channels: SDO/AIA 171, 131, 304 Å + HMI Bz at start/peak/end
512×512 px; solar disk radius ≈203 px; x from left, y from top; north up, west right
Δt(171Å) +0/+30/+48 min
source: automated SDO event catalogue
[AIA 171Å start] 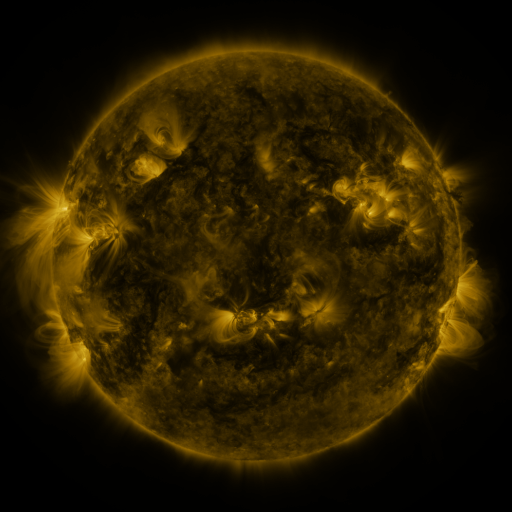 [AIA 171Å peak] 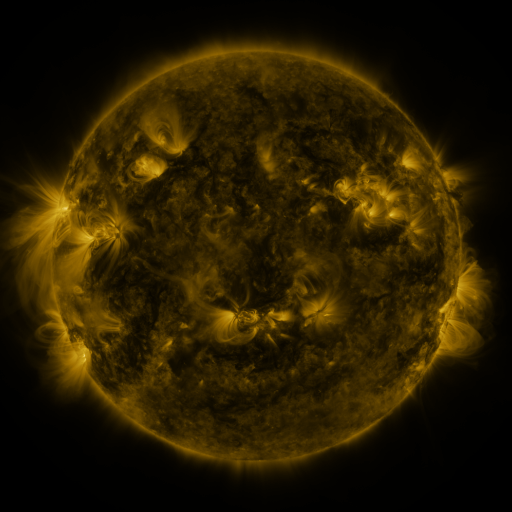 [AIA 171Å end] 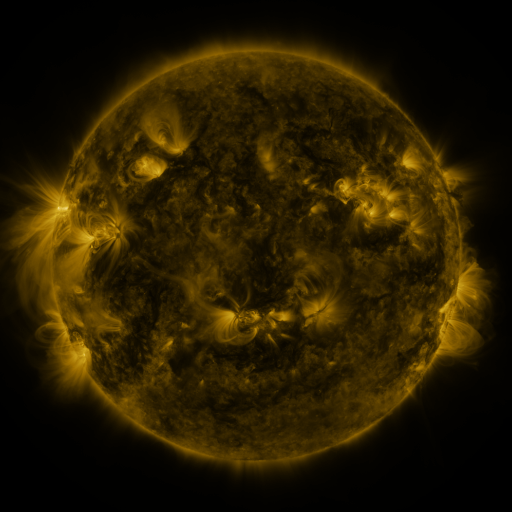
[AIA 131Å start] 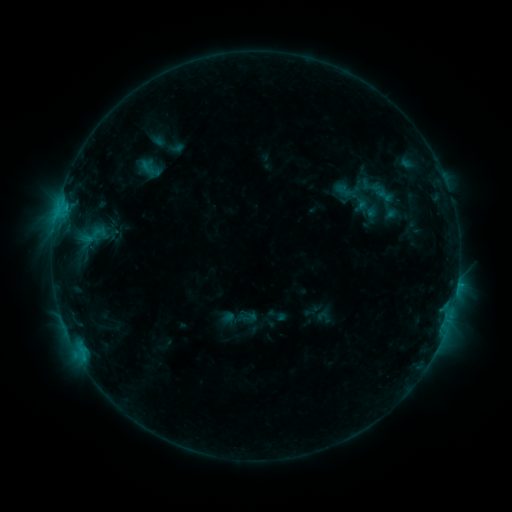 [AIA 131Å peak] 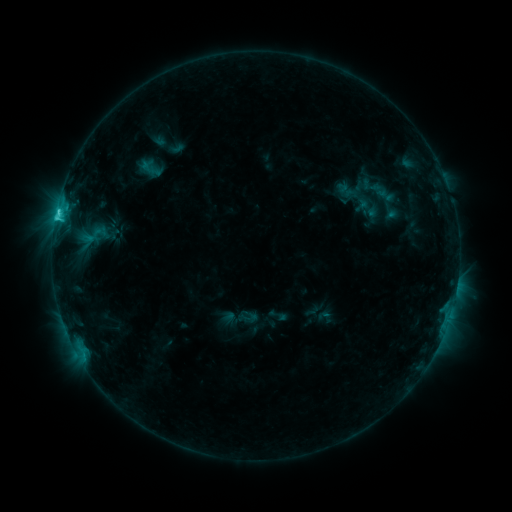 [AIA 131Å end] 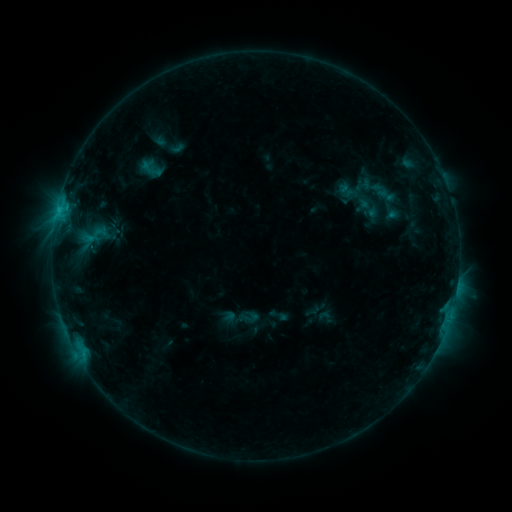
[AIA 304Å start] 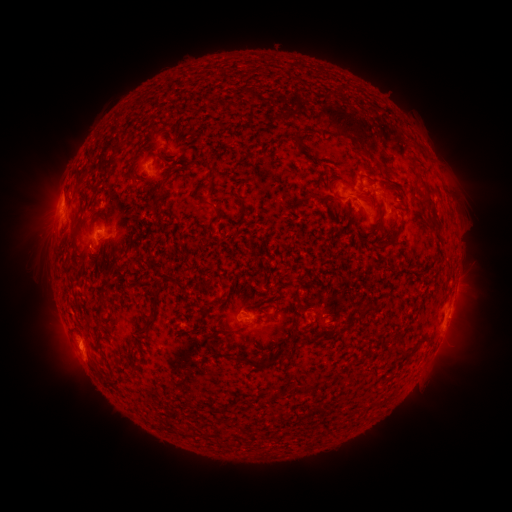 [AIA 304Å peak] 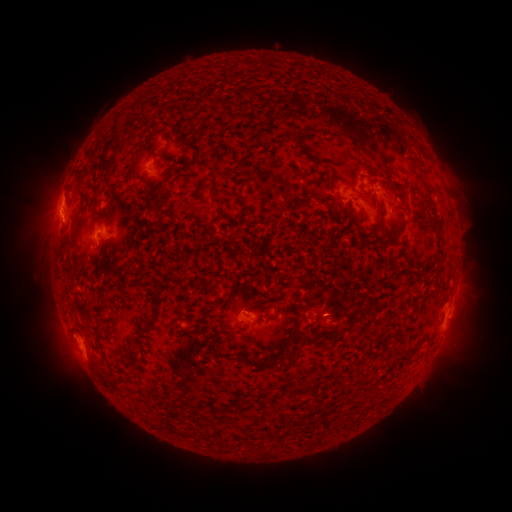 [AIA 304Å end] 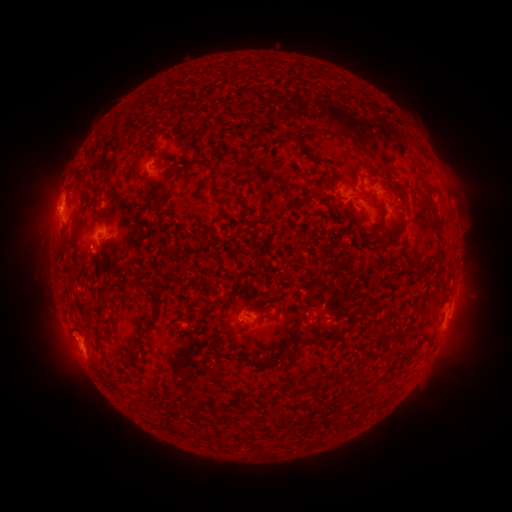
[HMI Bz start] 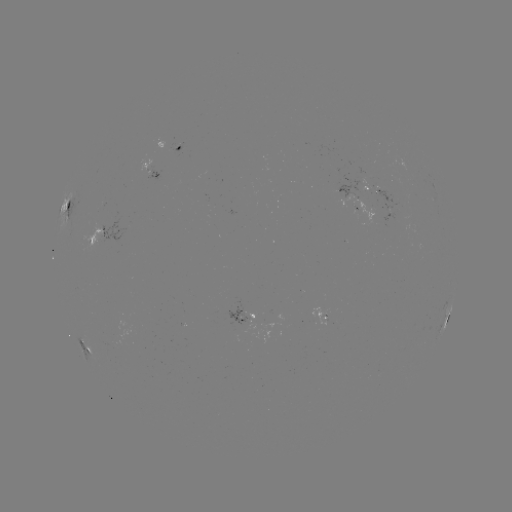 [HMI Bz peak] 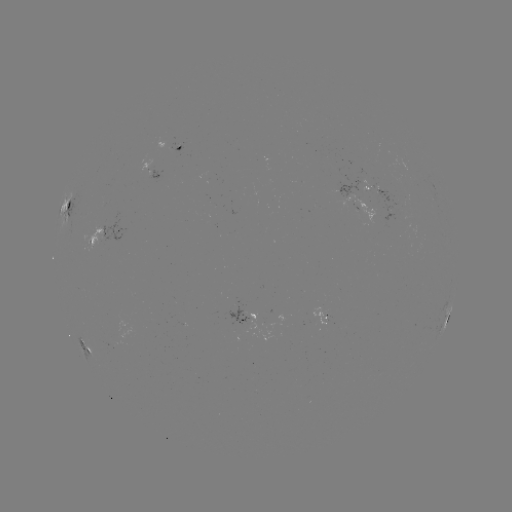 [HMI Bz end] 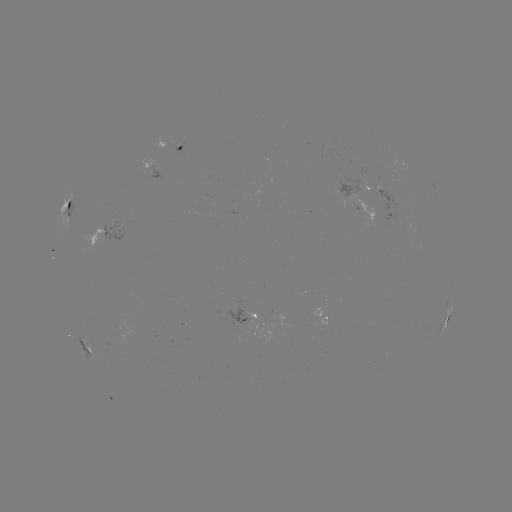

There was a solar flare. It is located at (58, 215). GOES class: C2.2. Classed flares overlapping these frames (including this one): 1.